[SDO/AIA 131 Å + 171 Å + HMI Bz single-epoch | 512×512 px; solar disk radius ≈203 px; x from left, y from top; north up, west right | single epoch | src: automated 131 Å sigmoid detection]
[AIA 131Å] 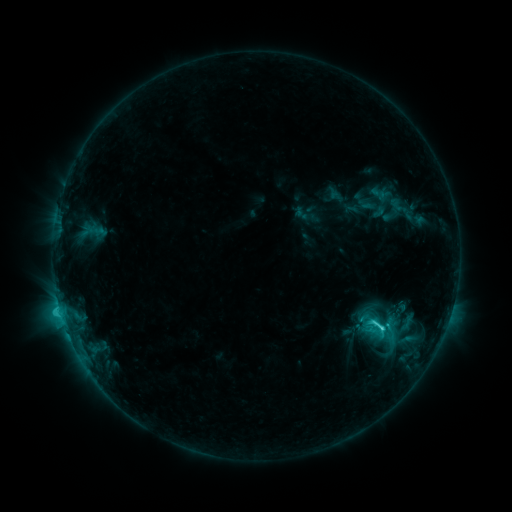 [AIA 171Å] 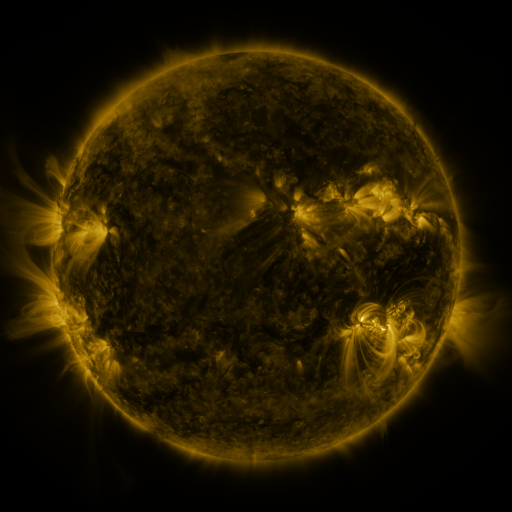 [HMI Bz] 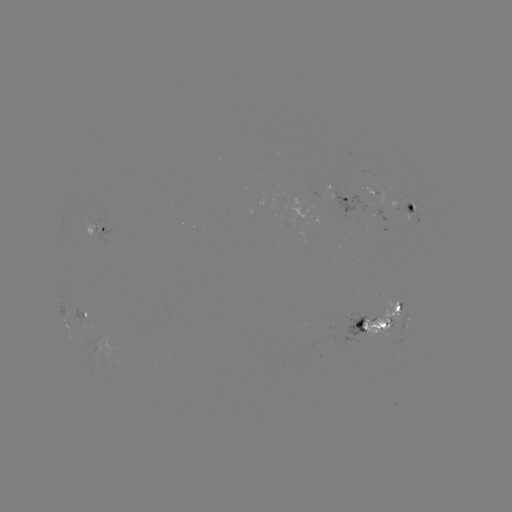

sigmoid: (366, 315, 389, 338)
